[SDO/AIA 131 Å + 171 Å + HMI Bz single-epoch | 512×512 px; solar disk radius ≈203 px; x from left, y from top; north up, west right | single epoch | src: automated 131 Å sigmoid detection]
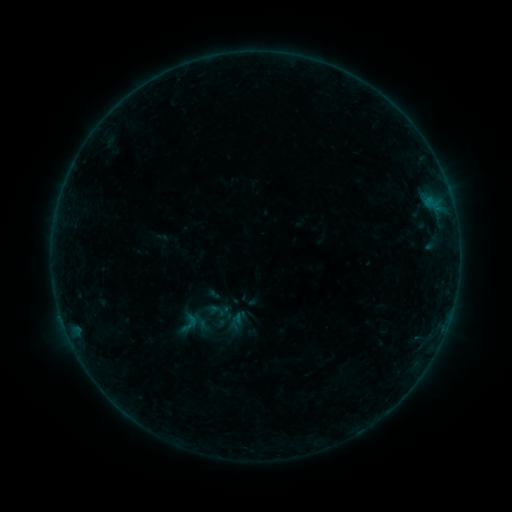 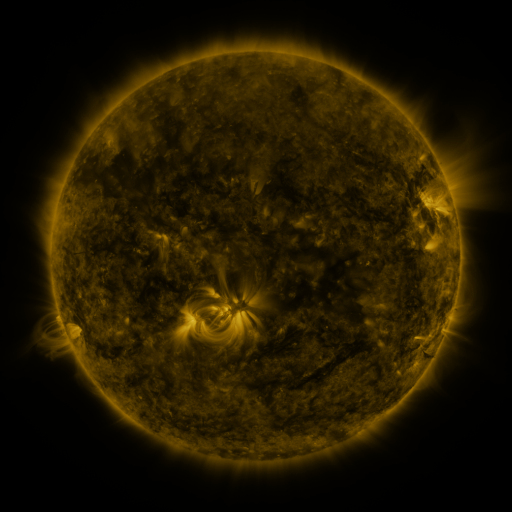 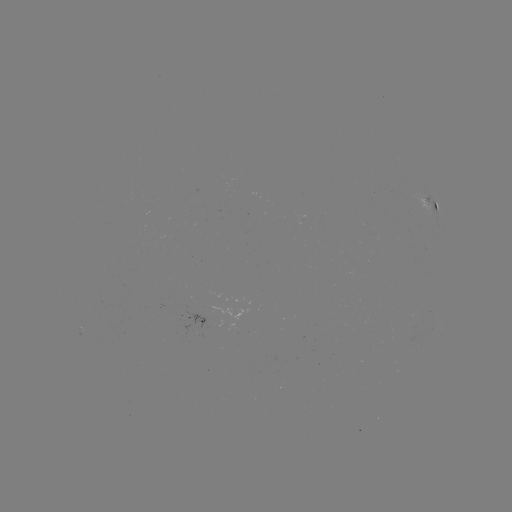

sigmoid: <bbox>174, 310, 203, 336</bbox>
